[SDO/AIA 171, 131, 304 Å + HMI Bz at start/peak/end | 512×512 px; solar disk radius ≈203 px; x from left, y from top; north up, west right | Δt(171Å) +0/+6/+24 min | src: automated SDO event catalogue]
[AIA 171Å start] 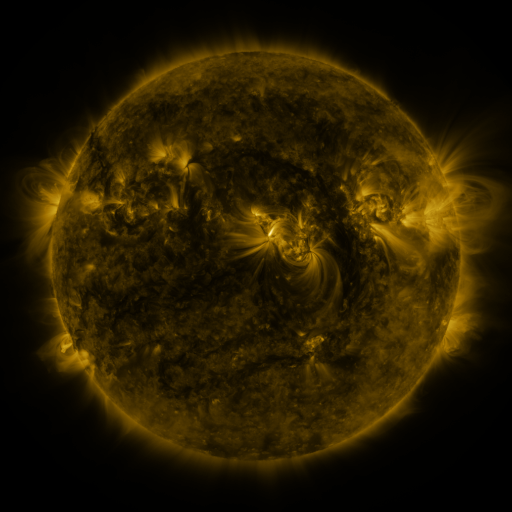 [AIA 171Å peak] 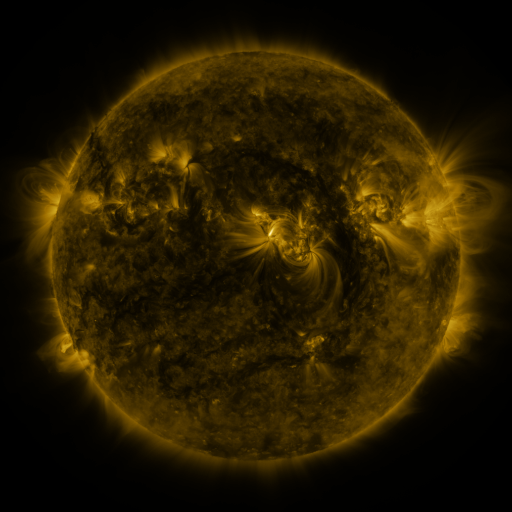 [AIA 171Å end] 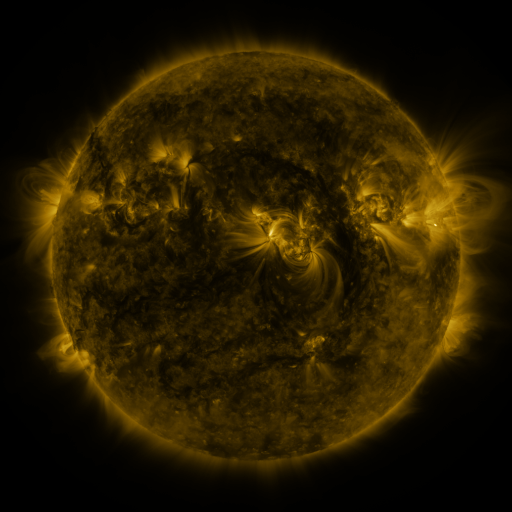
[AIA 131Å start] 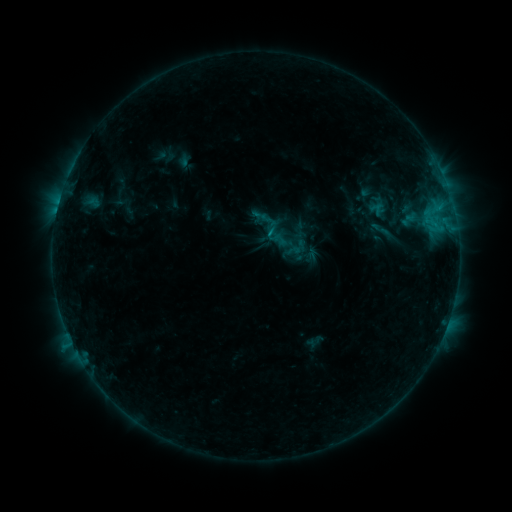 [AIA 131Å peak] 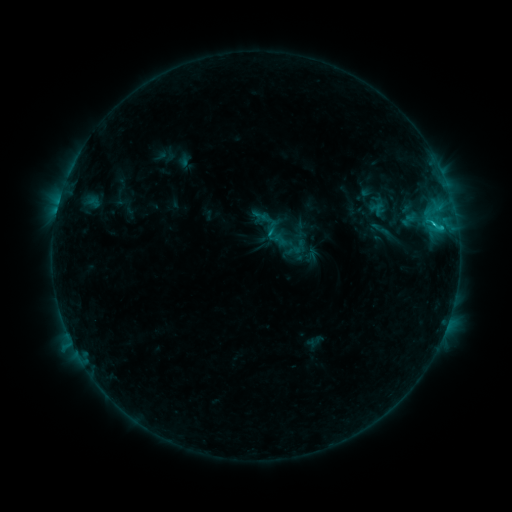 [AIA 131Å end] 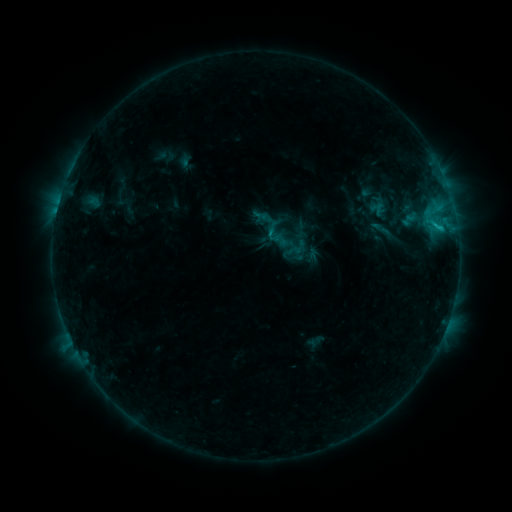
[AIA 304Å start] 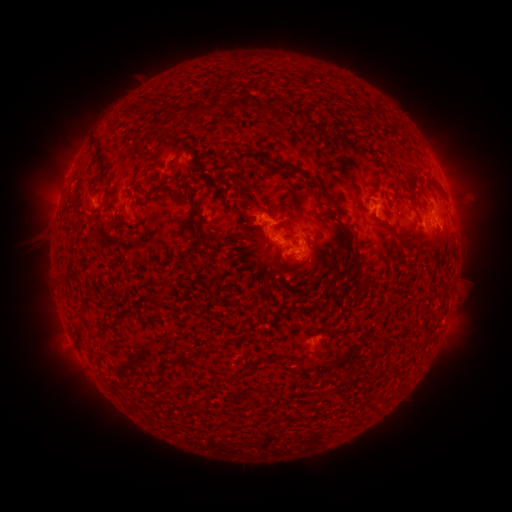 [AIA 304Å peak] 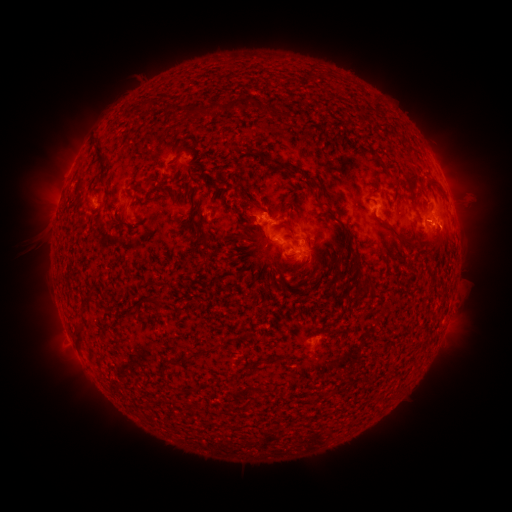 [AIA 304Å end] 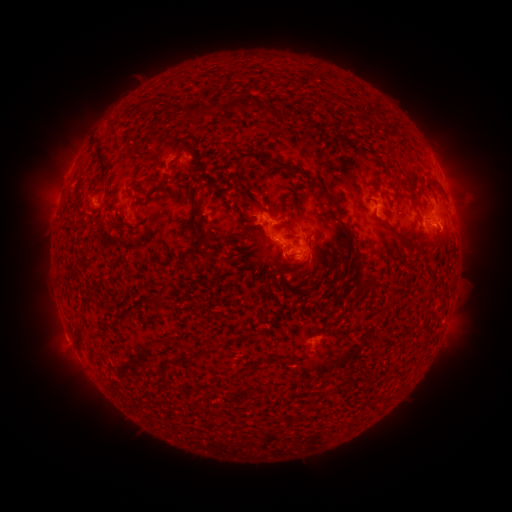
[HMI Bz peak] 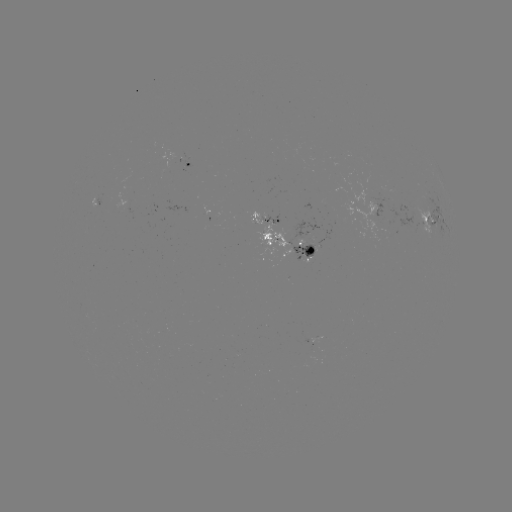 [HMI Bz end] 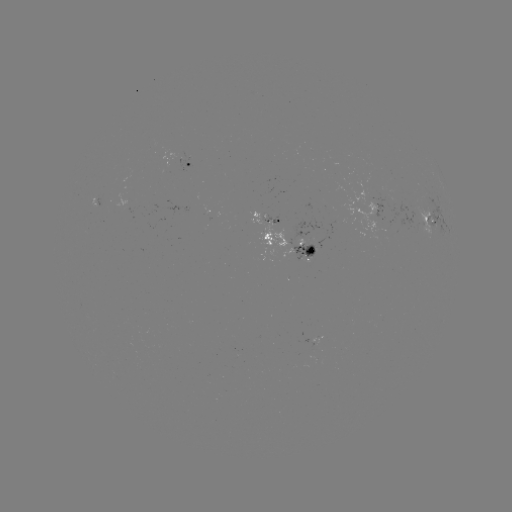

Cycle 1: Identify C1.4 flare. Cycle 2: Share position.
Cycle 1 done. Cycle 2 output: (432, 224).